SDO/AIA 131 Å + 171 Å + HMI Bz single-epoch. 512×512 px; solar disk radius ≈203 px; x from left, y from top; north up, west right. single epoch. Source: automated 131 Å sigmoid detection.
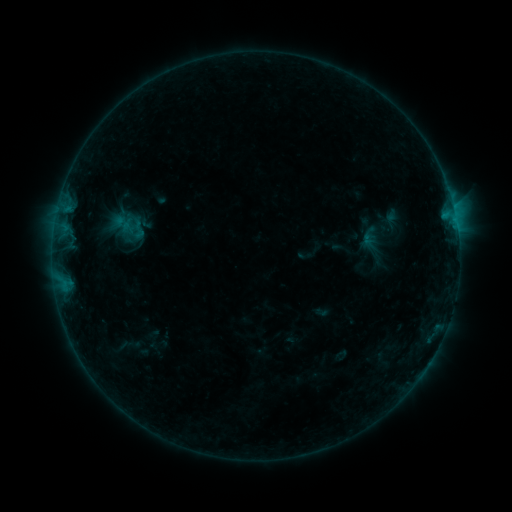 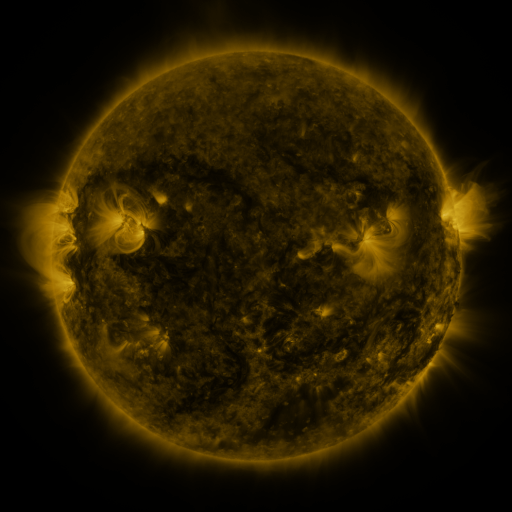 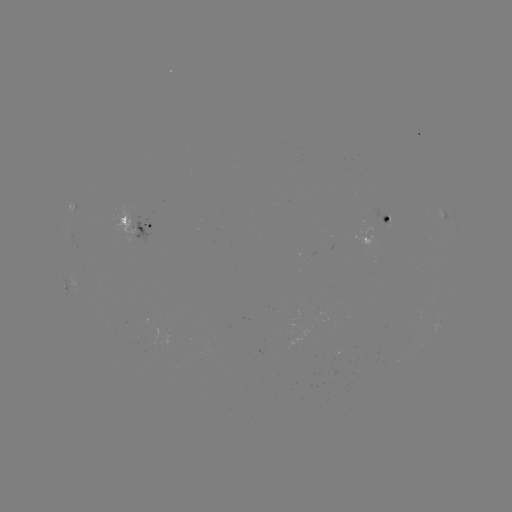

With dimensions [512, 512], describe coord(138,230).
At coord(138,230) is sigmoid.